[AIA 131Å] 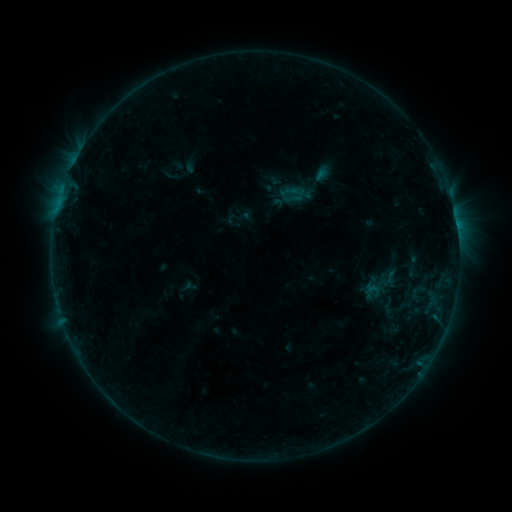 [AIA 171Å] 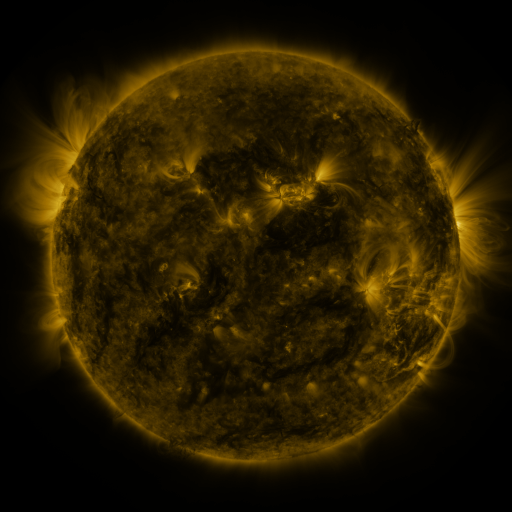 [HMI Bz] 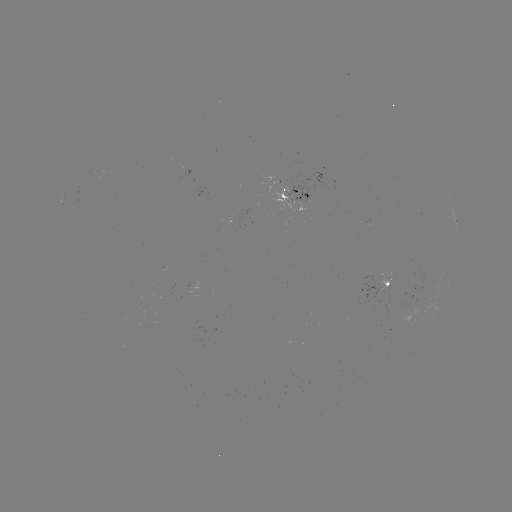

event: sigmoid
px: (388, 305)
